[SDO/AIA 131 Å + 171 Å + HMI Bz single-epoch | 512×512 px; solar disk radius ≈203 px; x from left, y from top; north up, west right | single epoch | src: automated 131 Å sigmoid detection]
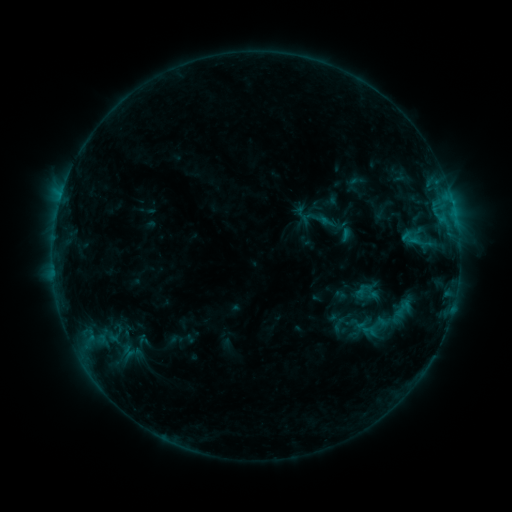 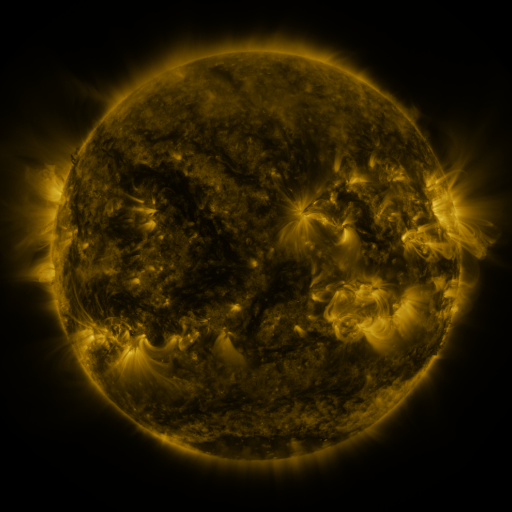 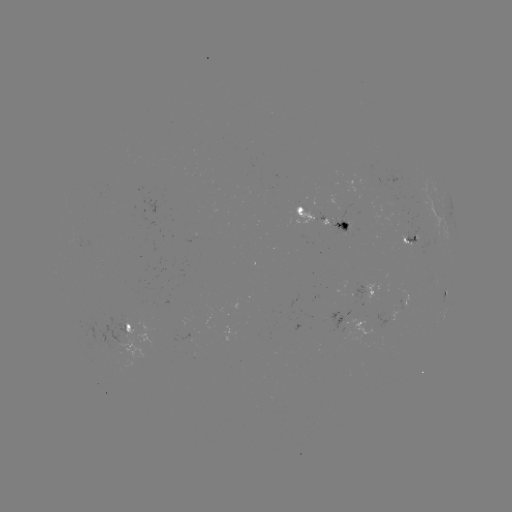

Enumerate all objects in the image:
sigmoid: <bbox>398, 227, 424, 249</bbox>
